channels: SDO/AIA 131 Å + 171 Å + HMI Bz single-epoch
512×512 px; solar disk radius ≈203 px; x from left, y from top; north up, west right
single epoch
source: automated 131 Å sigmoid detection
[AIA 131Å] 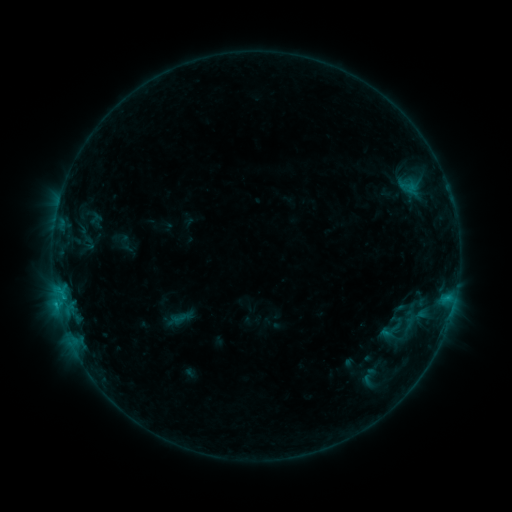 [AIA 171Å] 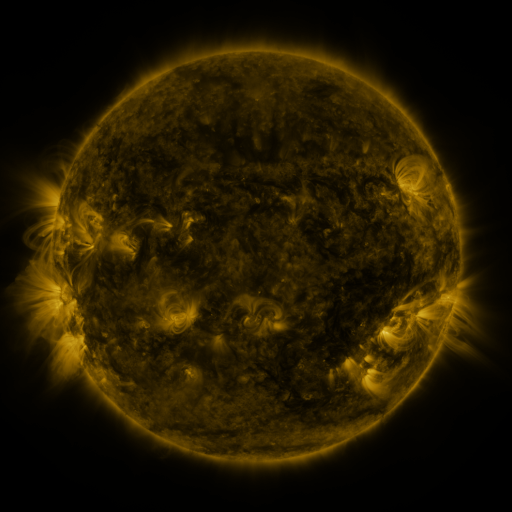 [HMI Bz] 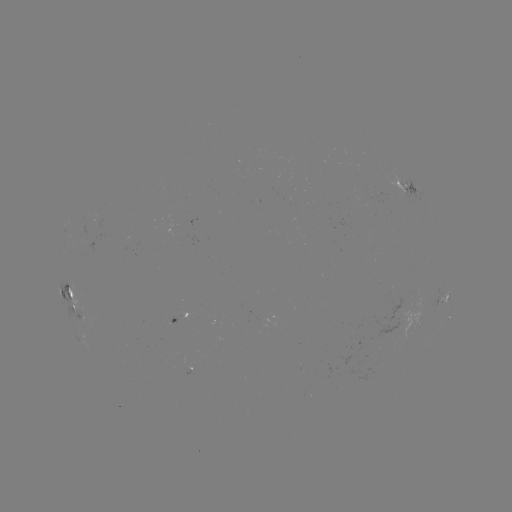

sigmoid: (376, 314, 406, 344)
